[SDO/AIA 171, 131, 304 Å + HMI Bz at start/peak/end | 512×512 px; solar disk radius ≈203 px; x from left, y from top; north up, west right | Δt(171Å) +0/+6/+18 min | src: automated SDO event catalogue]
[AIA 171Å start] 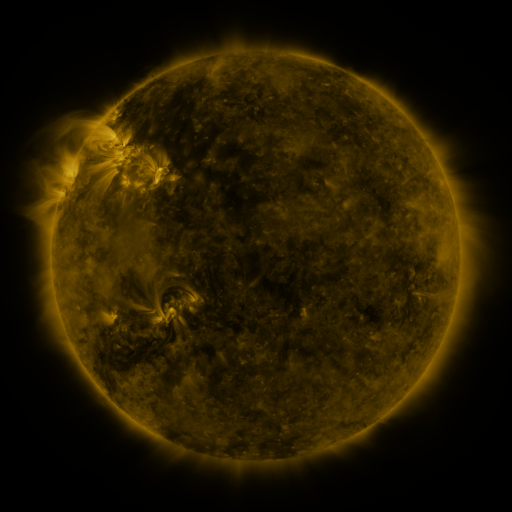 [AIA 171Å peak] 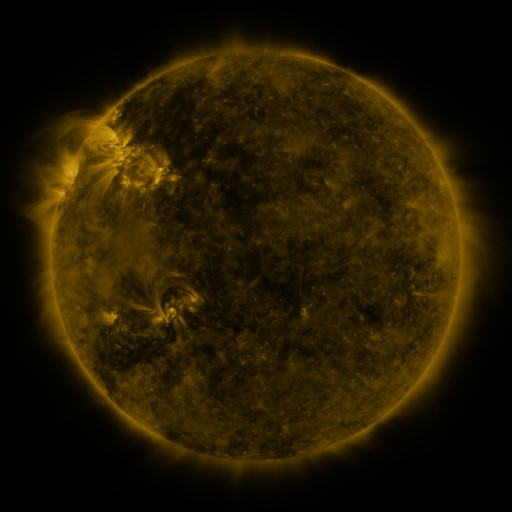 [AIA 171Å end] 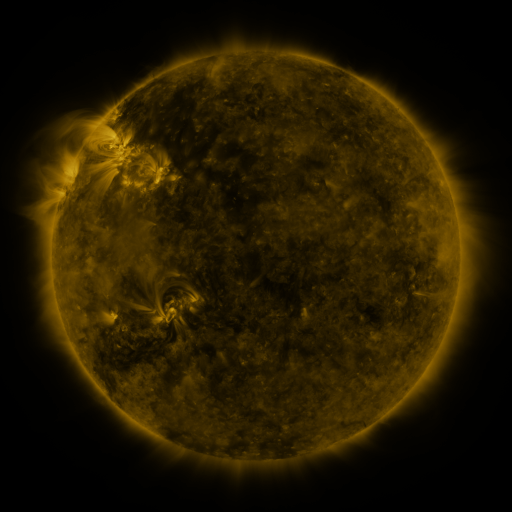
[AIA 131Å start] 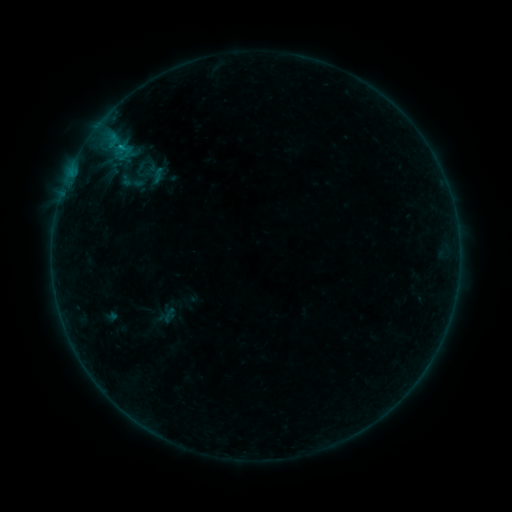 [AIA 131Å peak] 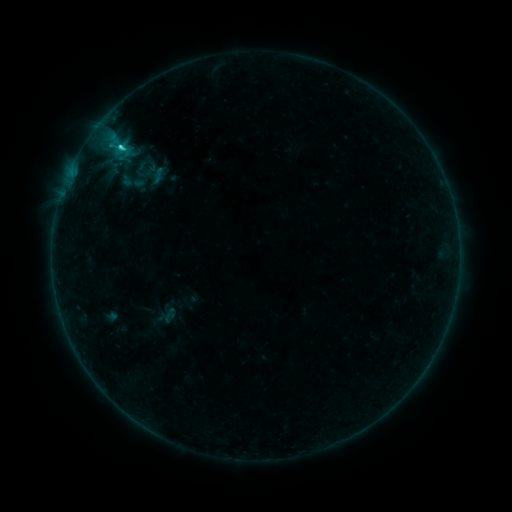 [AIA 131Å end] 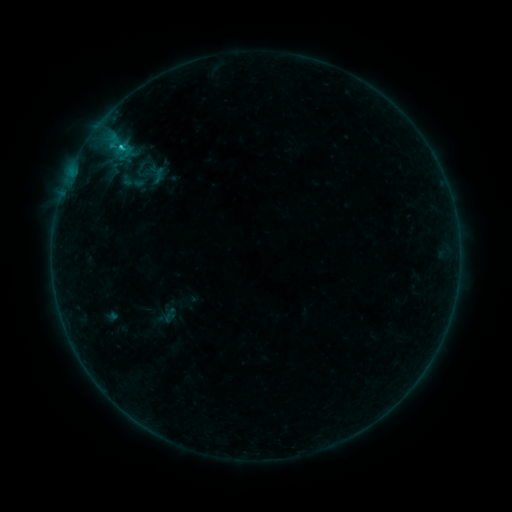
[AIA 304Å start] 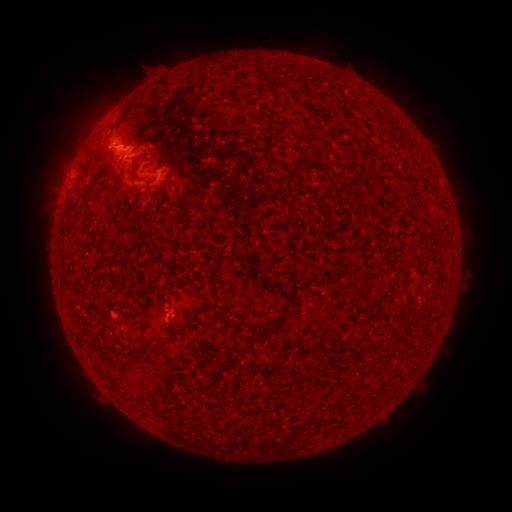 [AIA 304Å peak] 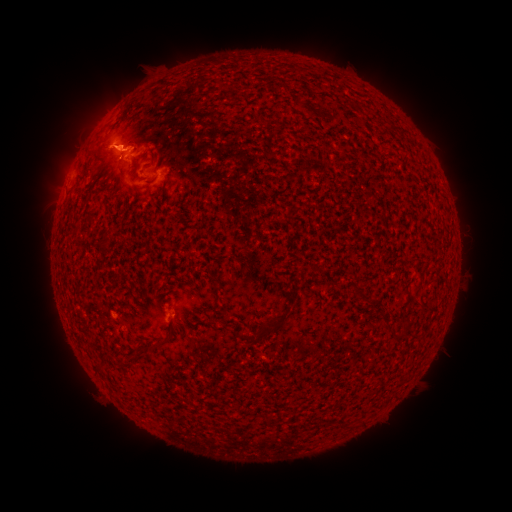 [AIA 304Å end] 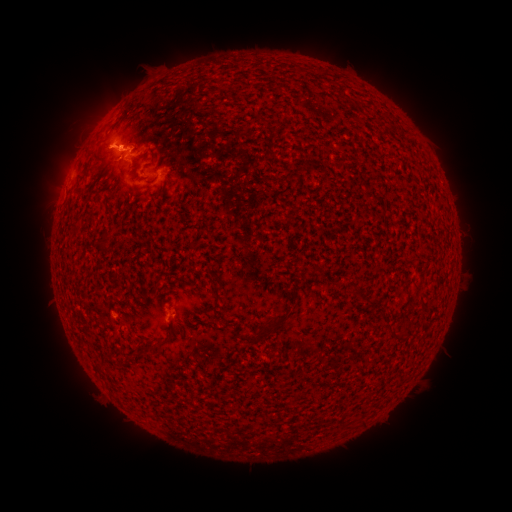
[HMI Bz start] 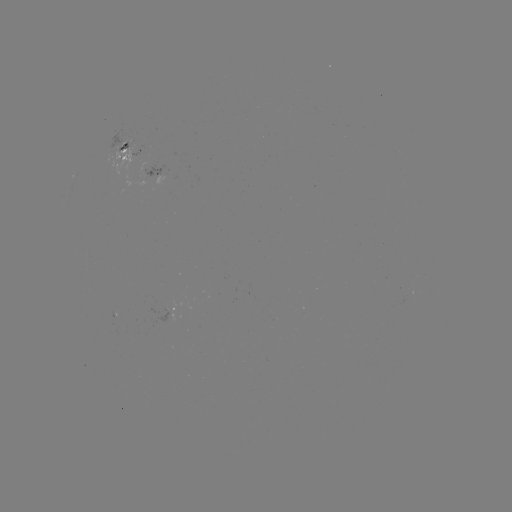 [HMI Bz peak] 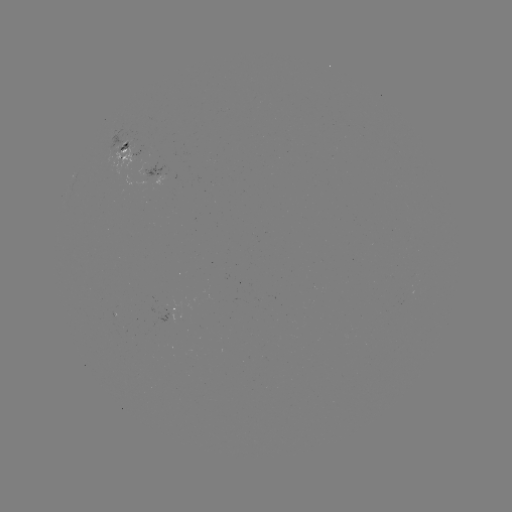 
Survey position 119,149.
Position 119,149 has C1.7 flare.